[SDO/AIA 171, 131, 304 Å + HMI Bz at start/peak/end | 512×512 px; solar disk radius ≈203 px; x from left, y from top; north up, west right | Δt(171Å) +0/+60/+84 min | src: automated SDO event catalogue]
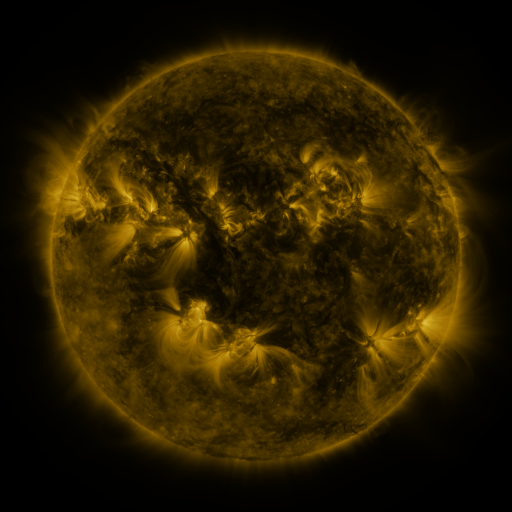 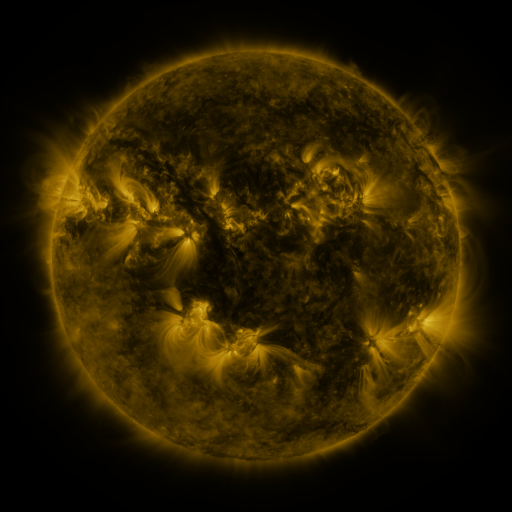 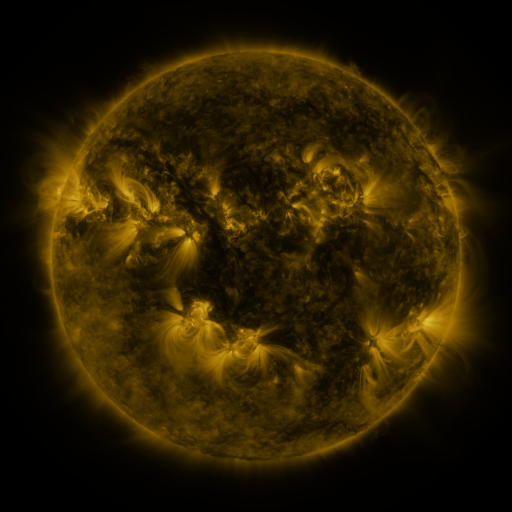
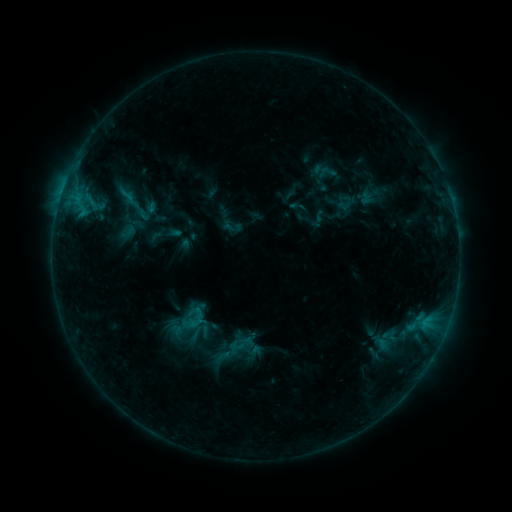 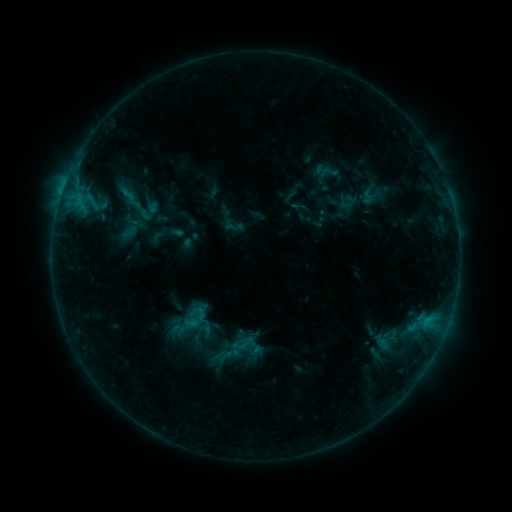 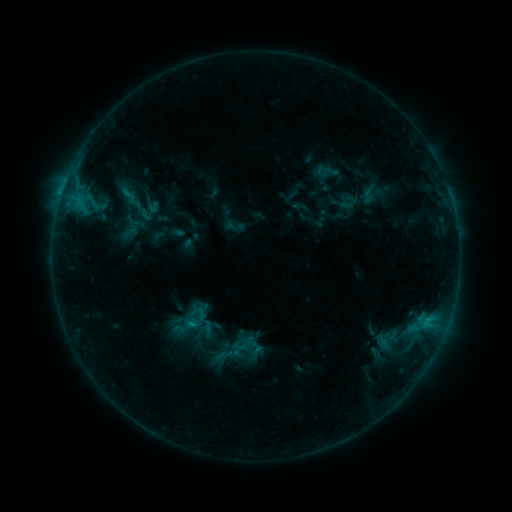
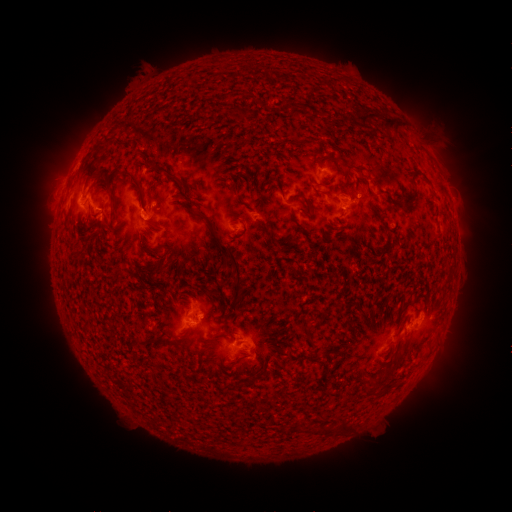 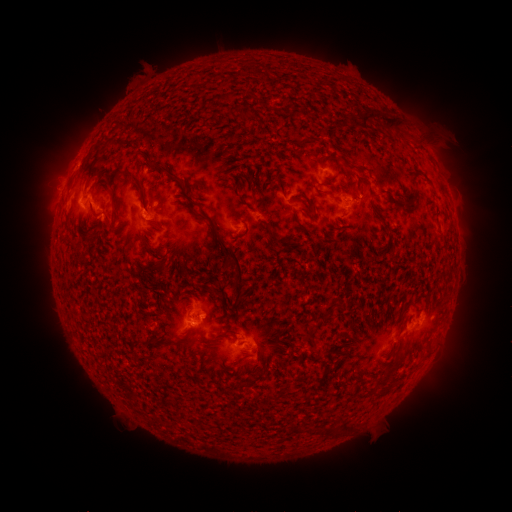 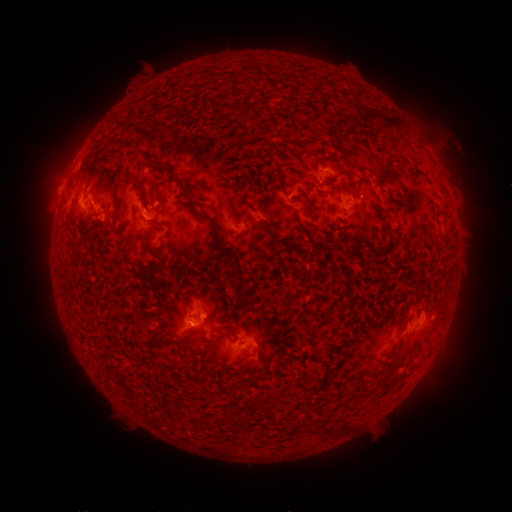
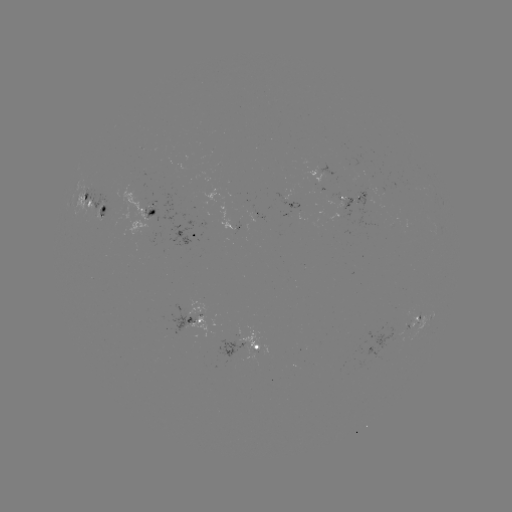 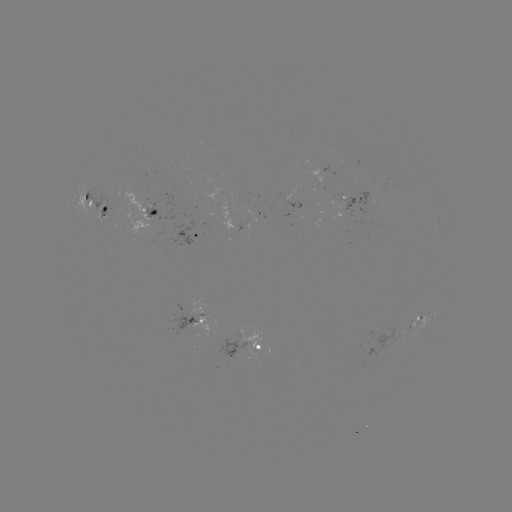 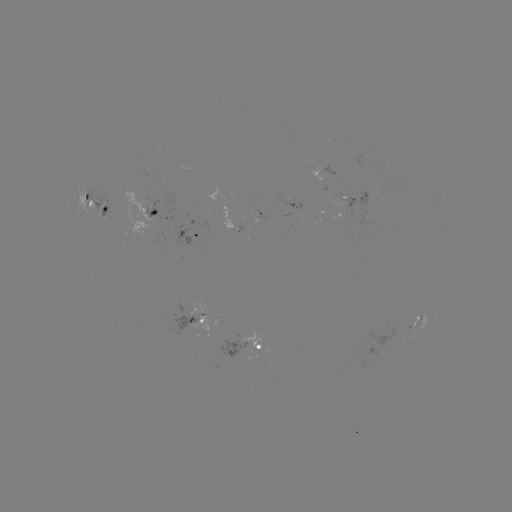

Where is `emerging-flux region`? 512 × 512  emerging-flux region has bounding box [125, 185, 149, 233].